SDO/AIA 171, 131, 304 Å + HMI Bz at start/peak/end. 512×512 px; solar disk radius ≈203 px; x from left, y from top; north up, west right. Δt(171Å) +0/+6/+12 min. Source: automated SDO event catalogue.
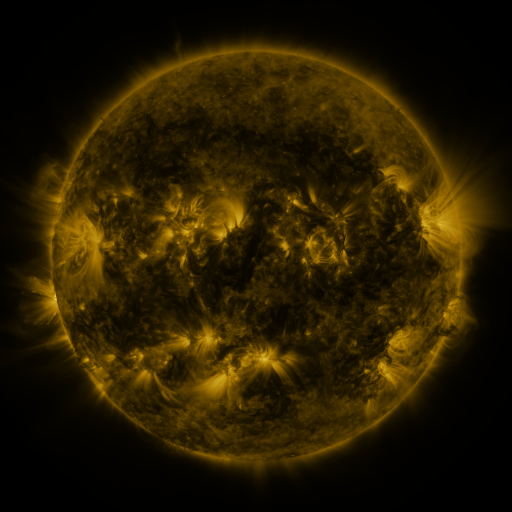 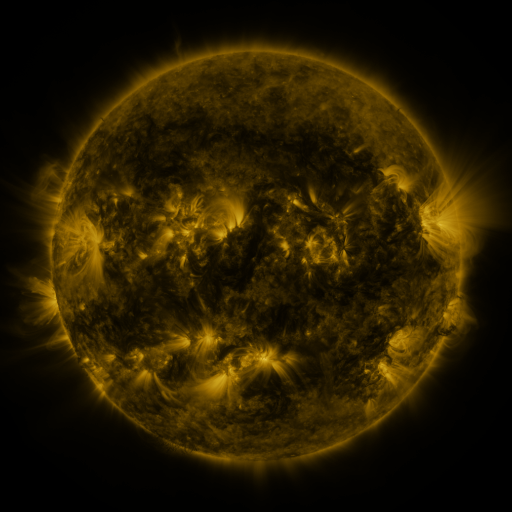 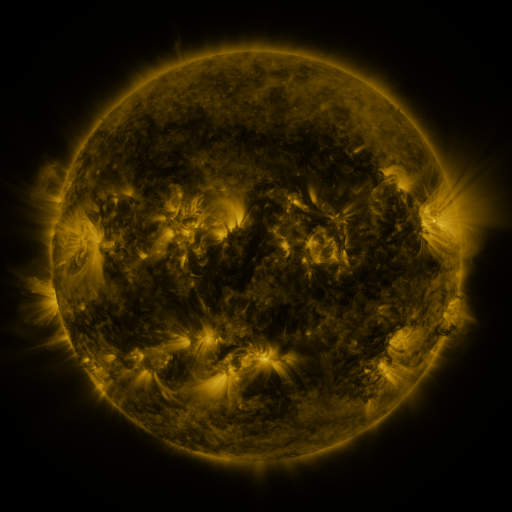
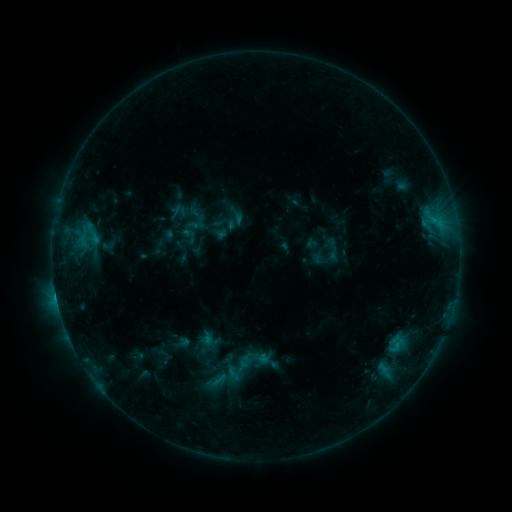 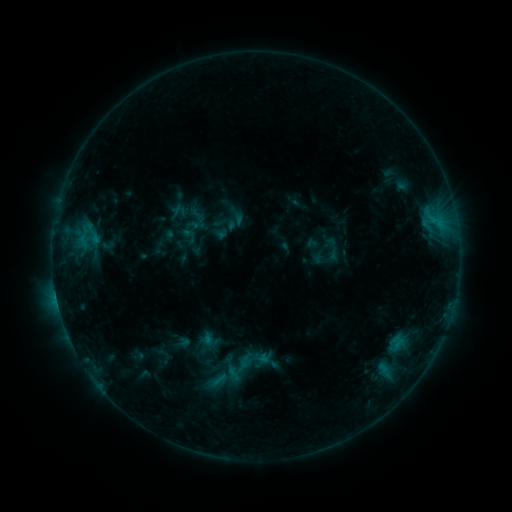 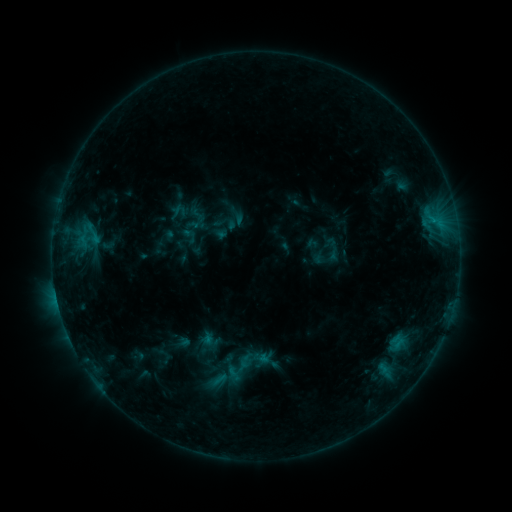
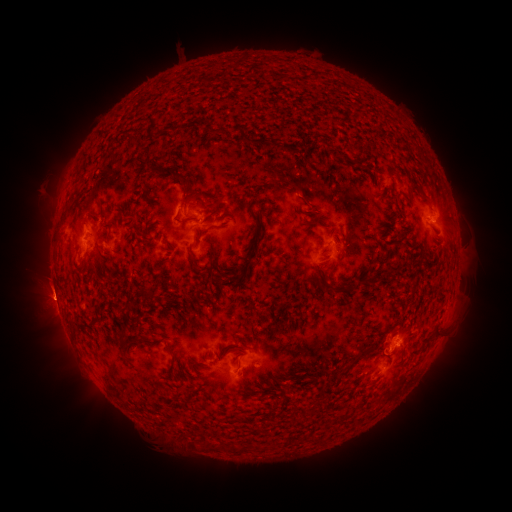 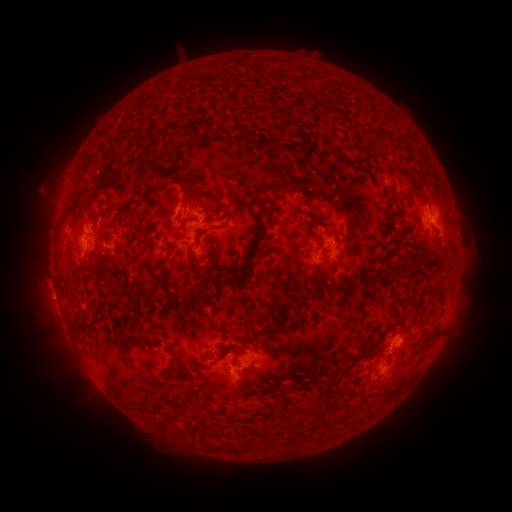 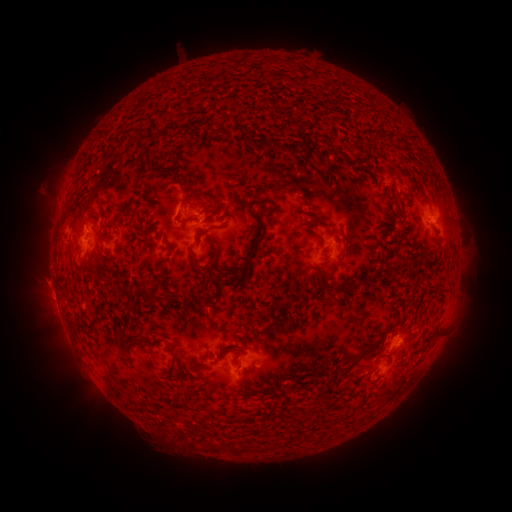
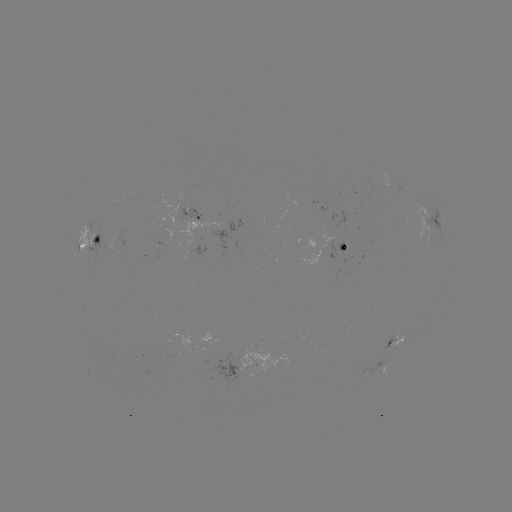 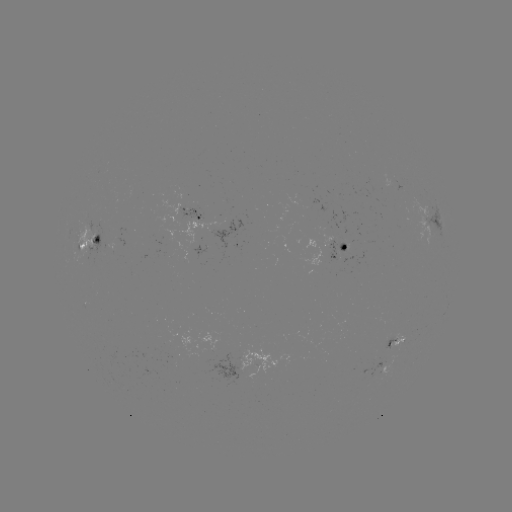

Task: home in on eruption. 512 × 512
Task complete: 45,287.